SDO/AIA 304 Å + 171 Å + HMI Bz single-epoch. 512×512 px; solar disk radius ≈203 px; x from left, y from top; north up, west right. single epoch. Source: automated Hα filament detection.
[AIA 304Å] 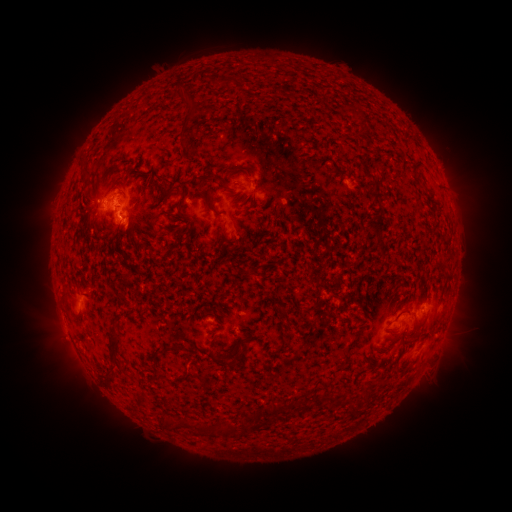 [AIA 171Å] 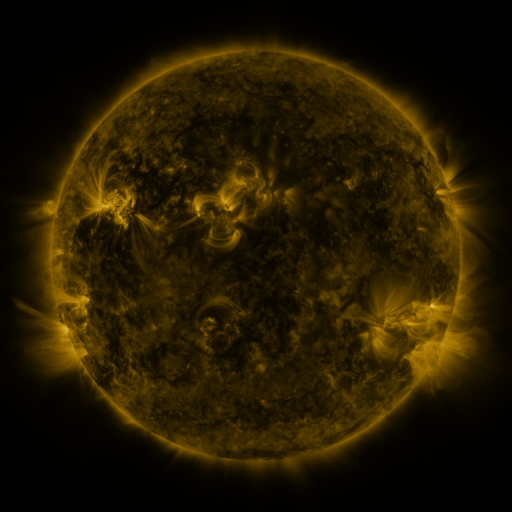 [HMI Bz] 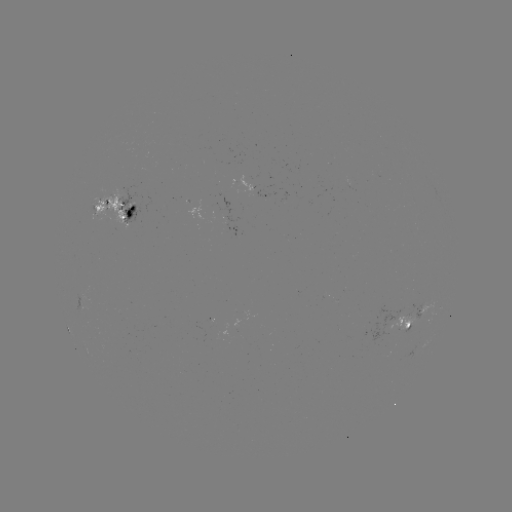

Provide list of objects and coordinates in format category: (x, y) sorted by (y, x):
filament: (127, 175)
filament: (86, 180)
filament: (376, 202)
filament: (211, 207)
filament: (120, 229)
filament: (377, 236)
filament: (112, 345)
filament: (168, 347)
filament: (217, 361)
filament: (274, 410)
